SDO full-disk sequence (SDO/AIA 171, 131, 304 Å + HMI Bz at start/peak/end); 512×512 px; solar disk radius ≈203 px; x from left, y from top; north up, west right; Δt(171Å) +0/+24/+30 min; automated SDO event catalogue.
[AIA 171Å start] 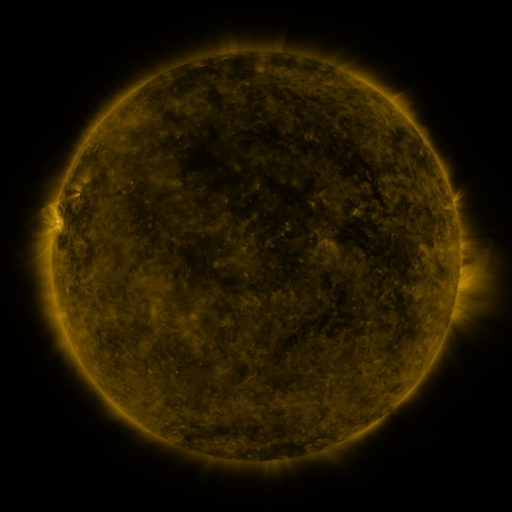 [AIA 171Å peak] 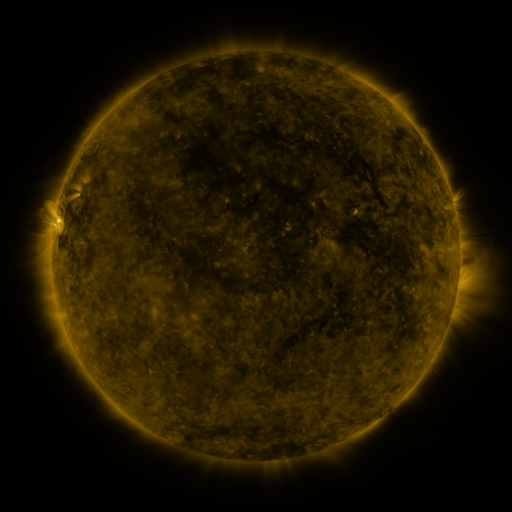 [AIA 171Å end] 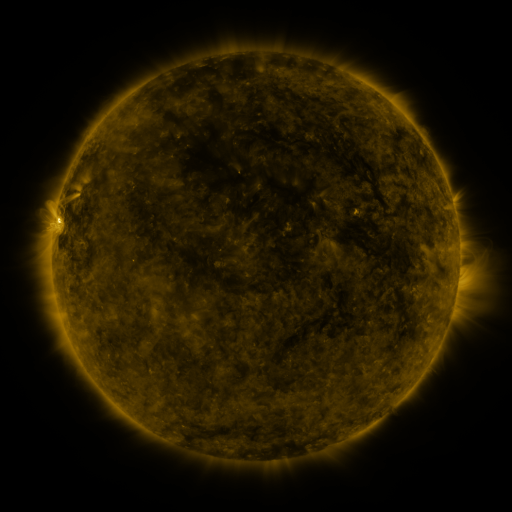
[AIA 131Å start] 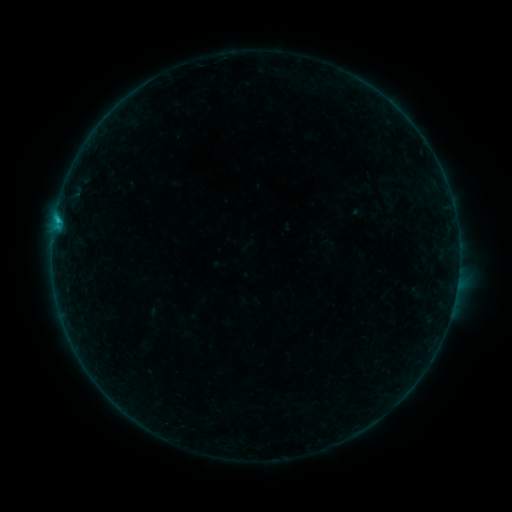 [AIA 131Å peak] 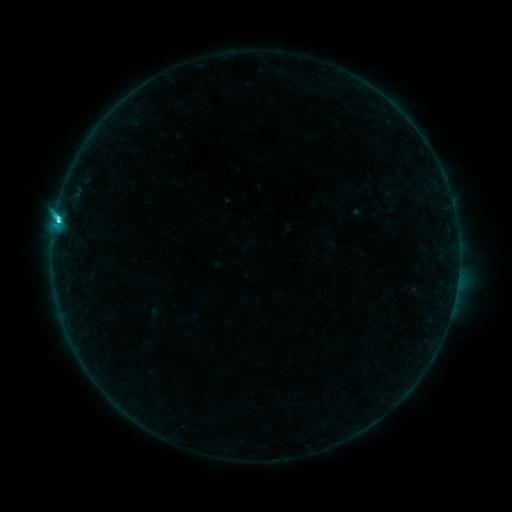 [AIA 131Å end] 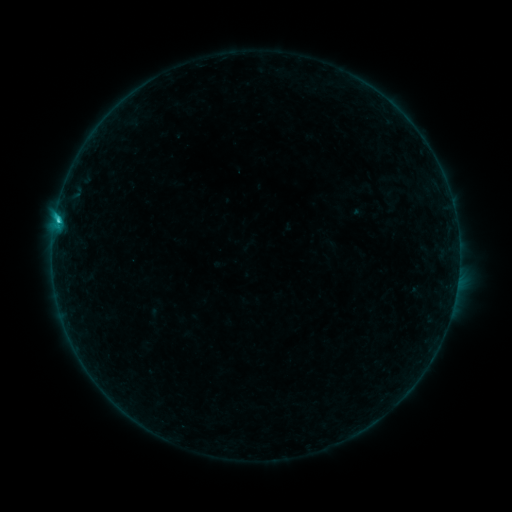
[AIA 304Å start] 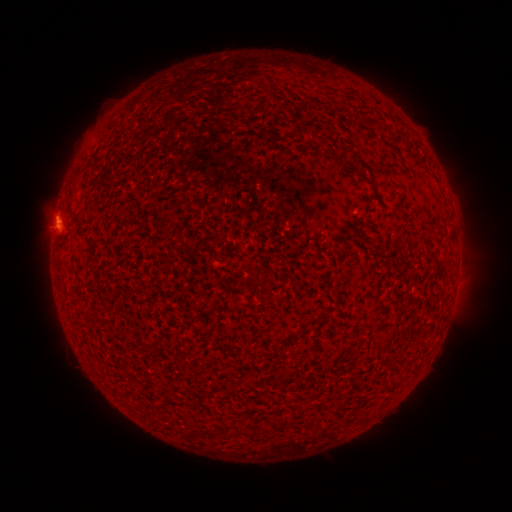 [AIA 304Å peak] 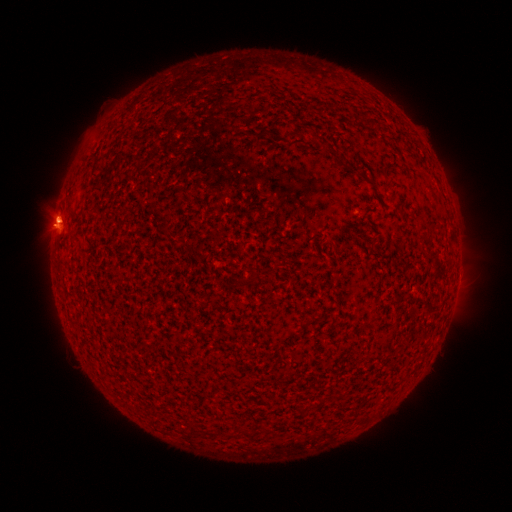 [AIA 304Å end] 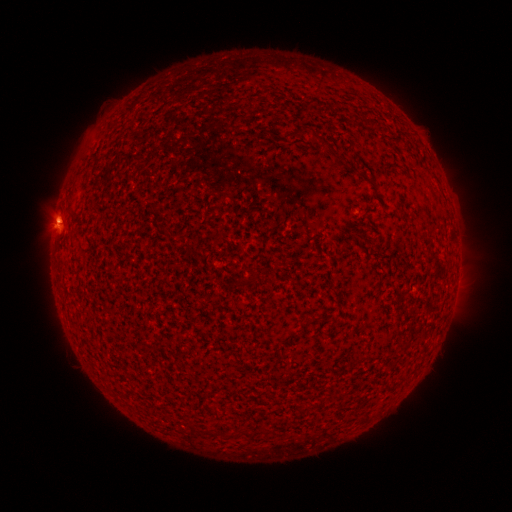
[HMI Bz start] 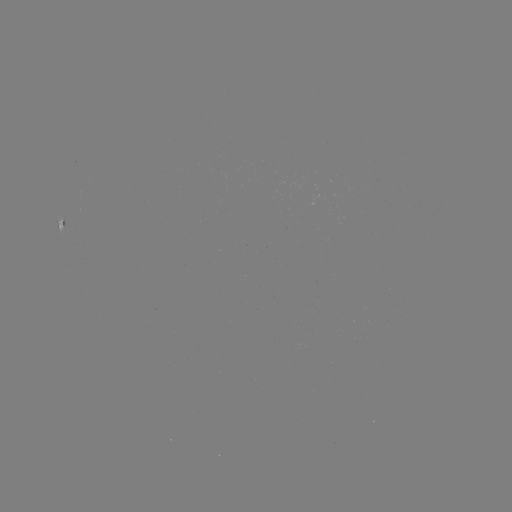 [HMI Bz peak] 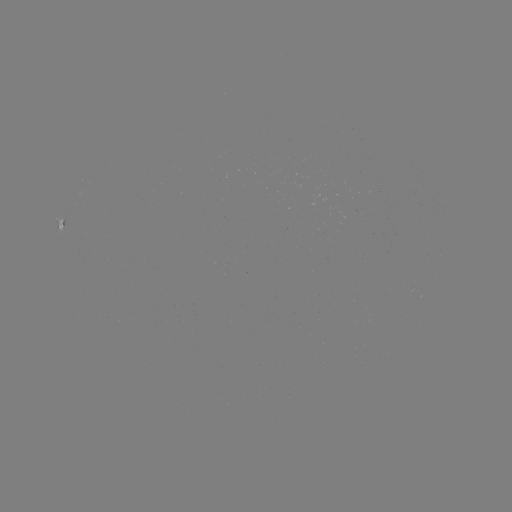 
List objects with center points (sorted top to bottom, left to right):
C2.3 flare: (59, 221)
